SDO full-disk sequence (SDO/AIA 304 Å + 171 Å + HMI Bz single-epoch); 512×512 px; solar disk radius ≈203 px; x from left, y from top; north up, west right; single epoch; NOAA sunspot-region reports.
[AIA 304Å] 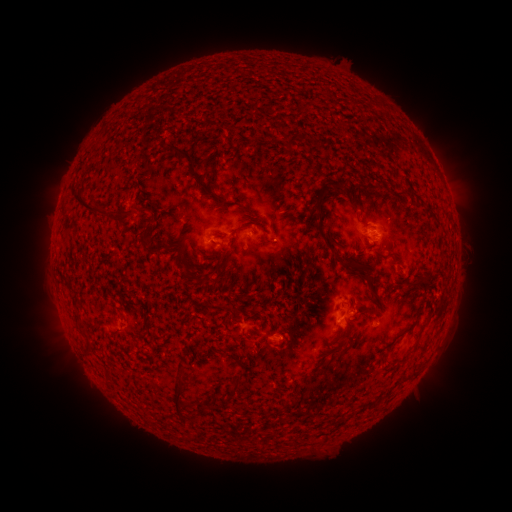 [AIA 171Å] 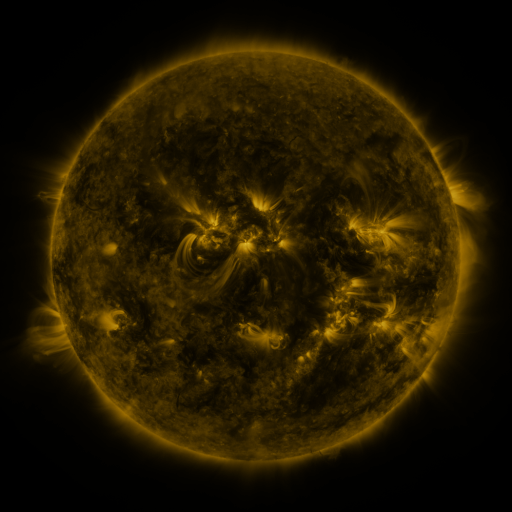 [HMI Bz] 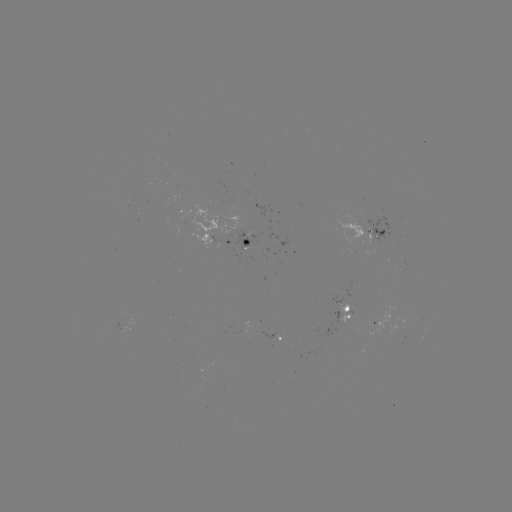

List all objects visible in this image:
spotted active region: (367, 234)
spotted active region: (242, 242)
spotted active region: (343, 317)
